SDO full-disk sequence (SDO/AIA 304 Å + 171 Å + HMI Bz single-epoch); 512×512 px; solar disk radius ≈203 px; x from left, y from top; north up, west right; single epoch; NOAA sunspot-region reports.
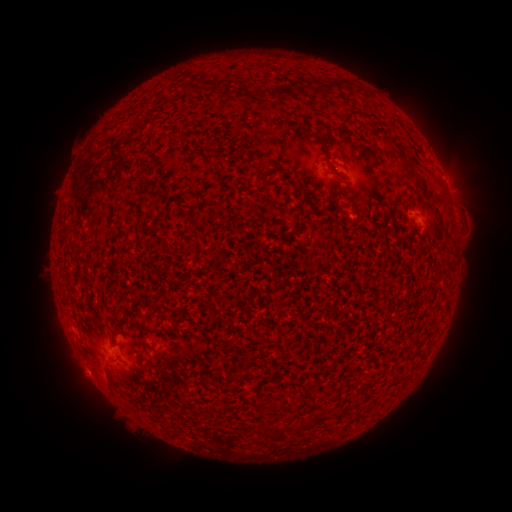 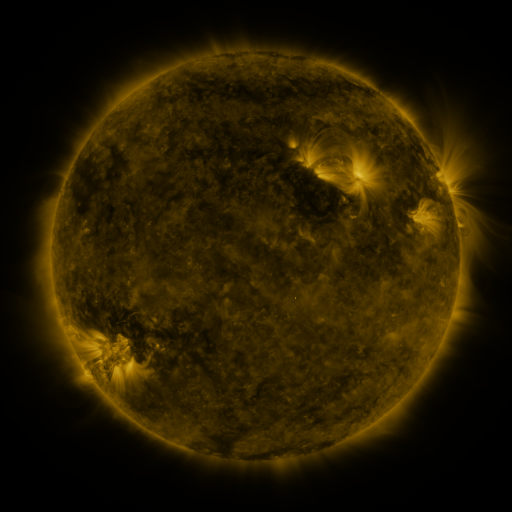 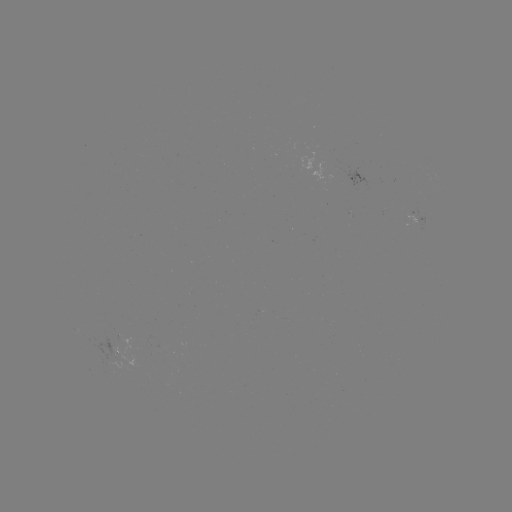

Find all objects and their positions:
spotted active region: (418, 220)
spotted active region: (114, 349)
